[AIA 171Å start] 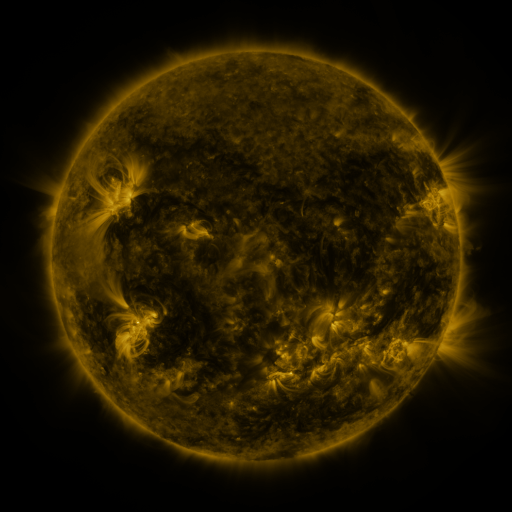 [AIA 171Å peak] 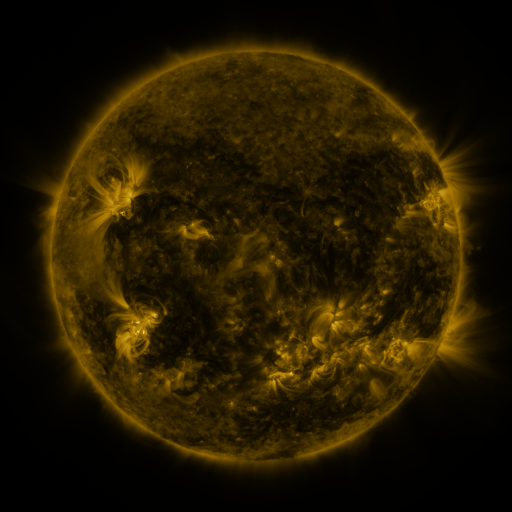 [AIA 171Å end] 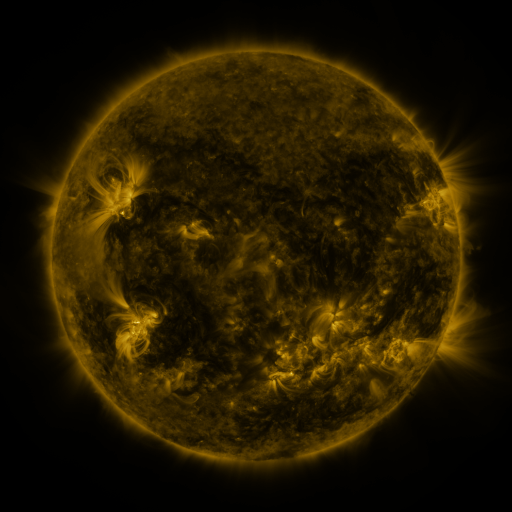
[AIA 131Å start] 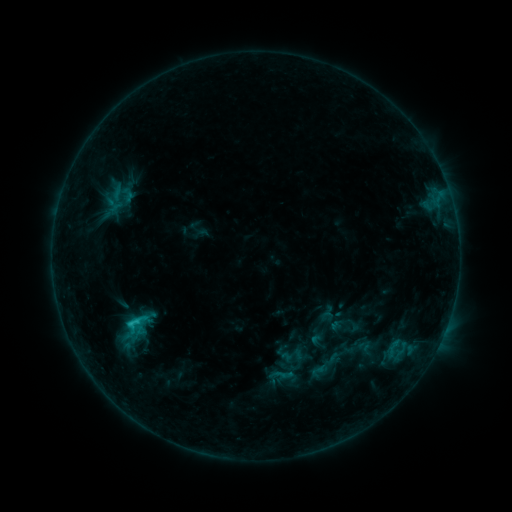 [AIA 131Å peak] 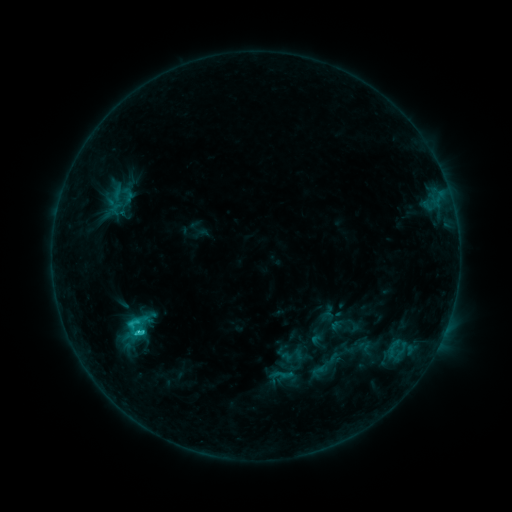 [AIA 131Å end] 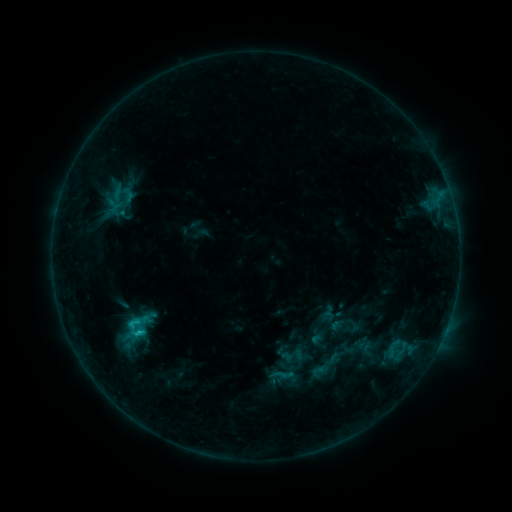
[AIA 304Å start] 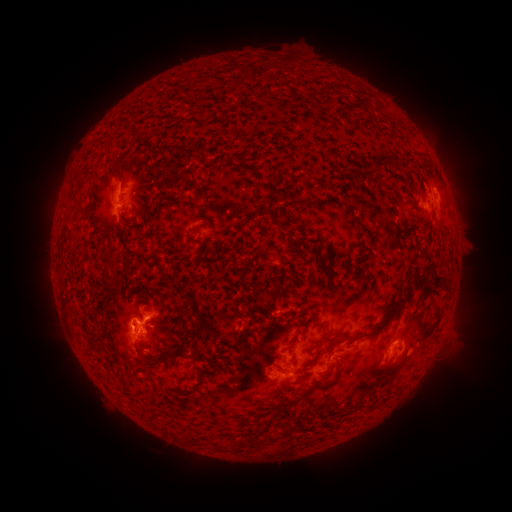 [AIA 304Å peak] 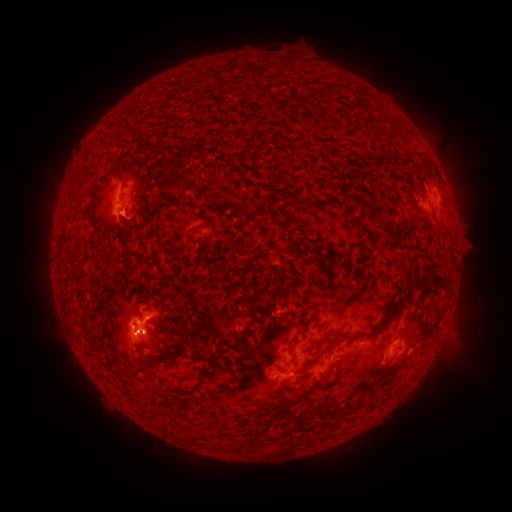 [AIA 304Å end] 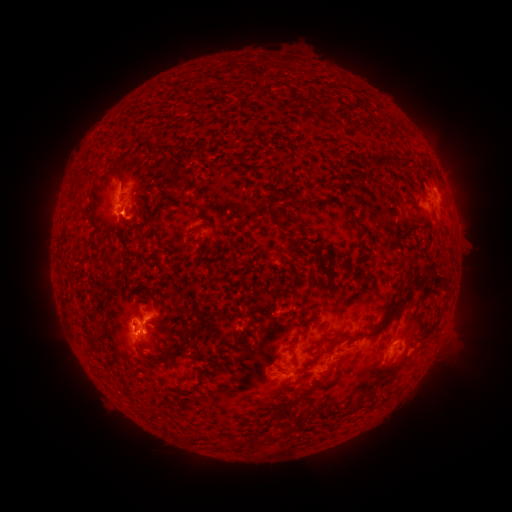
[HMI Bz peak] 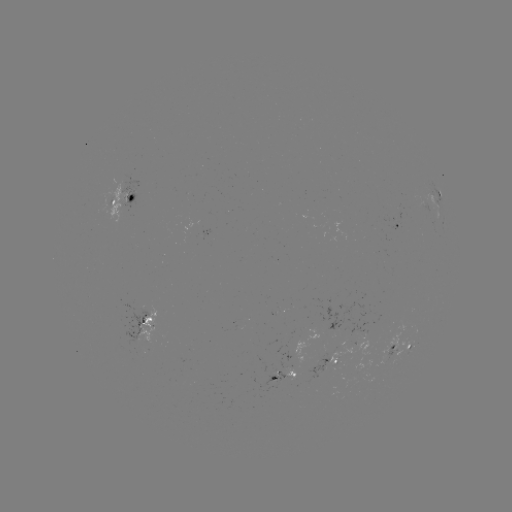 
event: flare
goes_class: C2.4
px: (141, 332)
